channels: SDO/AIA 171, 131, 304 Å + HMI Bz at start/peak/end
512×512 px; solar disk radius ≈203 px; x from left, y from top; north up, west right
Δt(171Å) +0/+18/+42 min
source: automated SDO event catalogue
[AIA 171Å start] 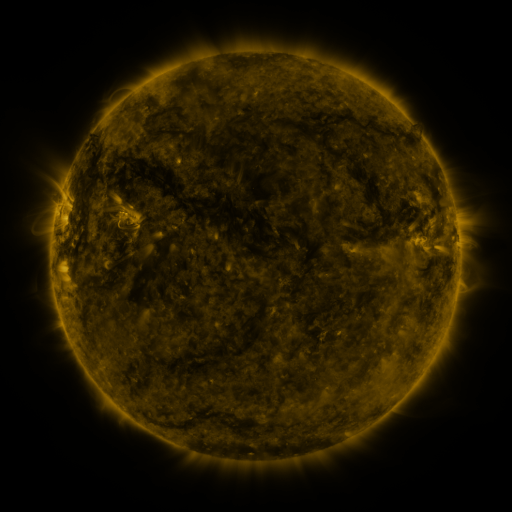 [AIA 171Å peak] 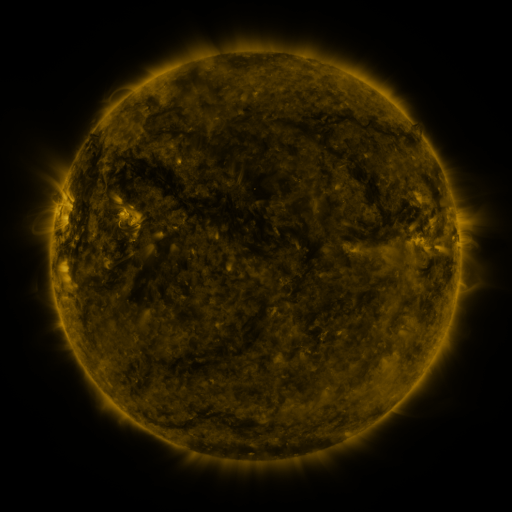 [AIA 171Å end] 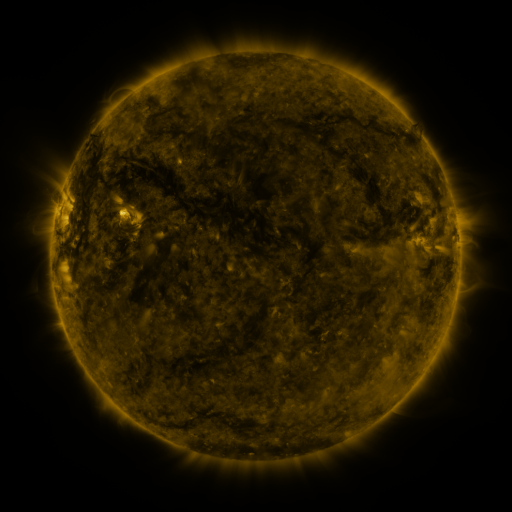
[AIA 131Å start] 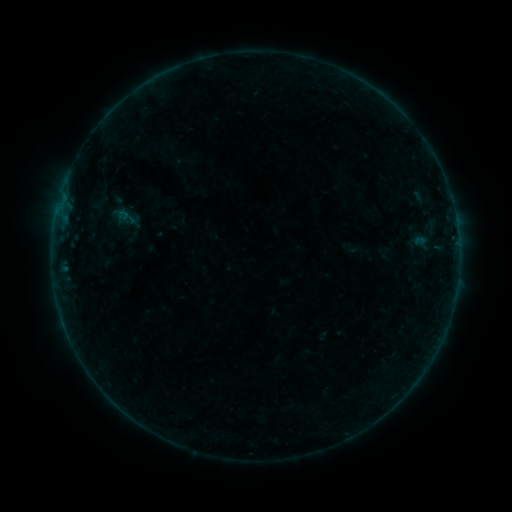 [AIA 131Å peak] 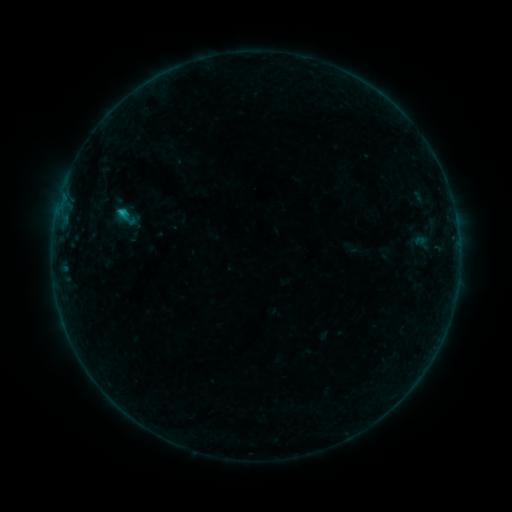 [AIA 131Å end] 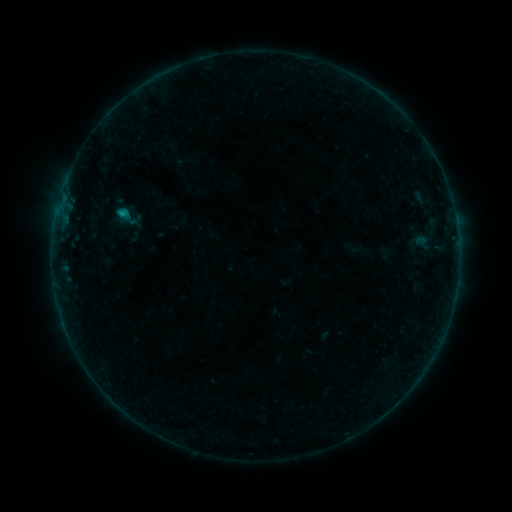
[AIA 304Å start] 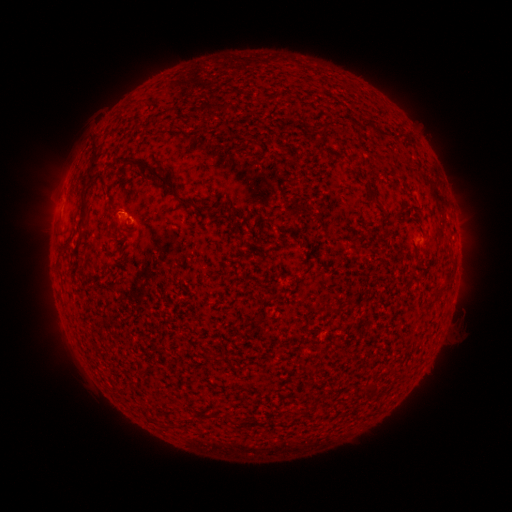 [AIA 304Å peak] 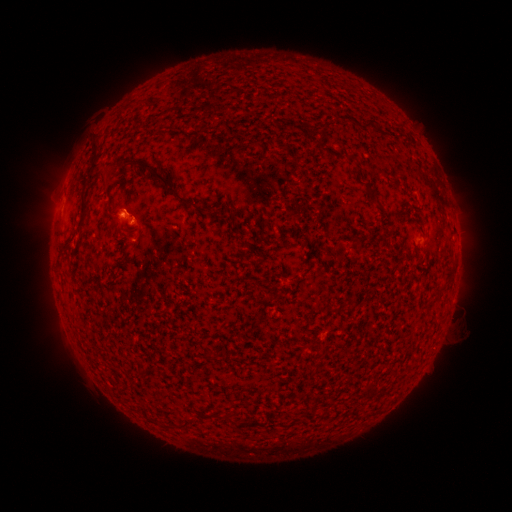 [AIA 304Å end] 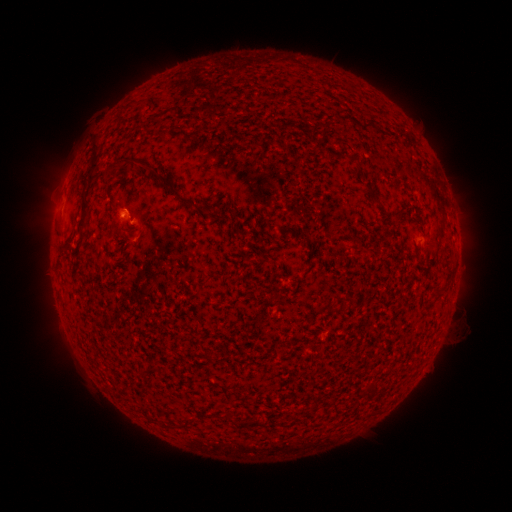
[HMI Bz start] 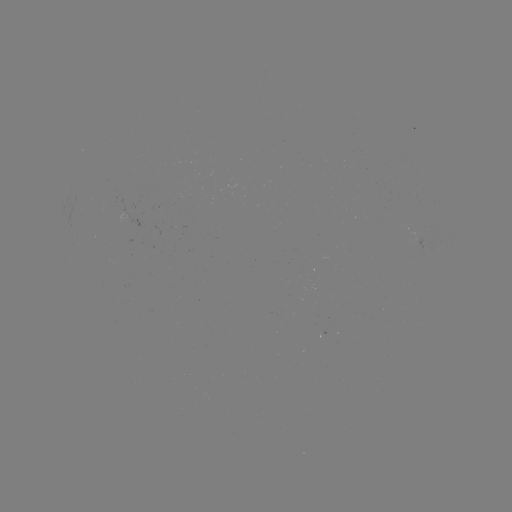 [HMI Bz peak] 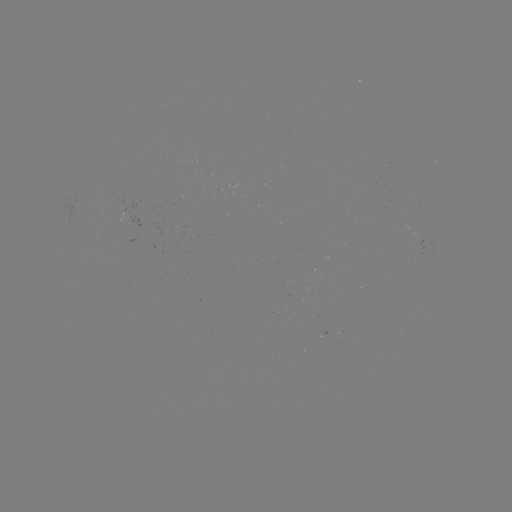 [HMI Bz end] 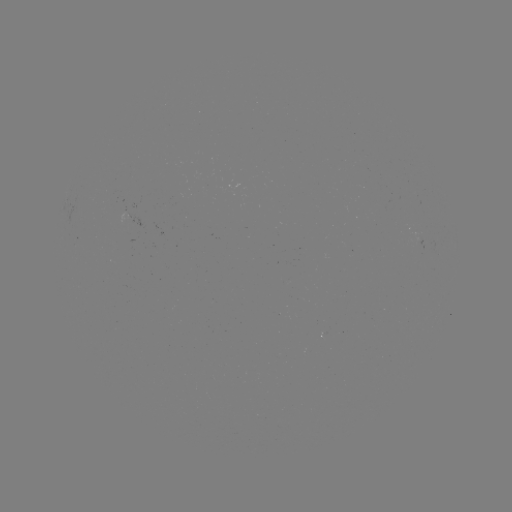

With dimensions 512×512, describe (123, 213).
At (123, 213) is B5.8 flare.